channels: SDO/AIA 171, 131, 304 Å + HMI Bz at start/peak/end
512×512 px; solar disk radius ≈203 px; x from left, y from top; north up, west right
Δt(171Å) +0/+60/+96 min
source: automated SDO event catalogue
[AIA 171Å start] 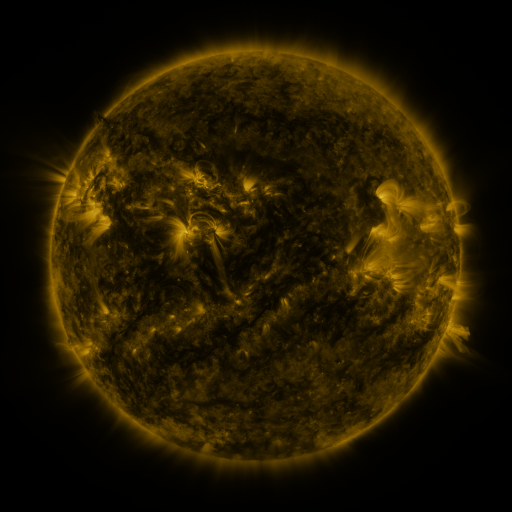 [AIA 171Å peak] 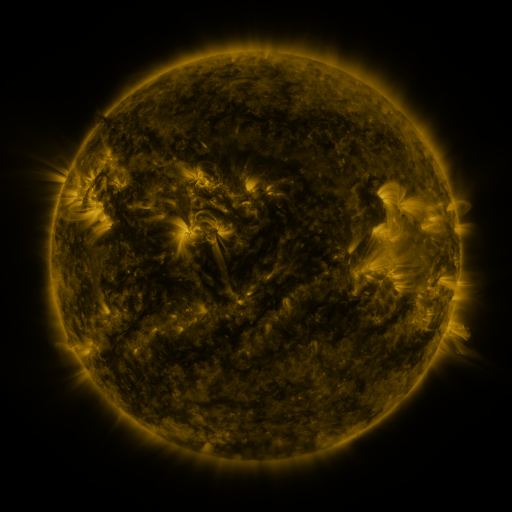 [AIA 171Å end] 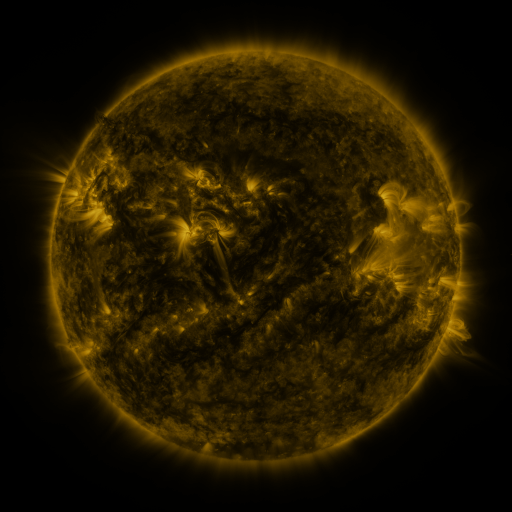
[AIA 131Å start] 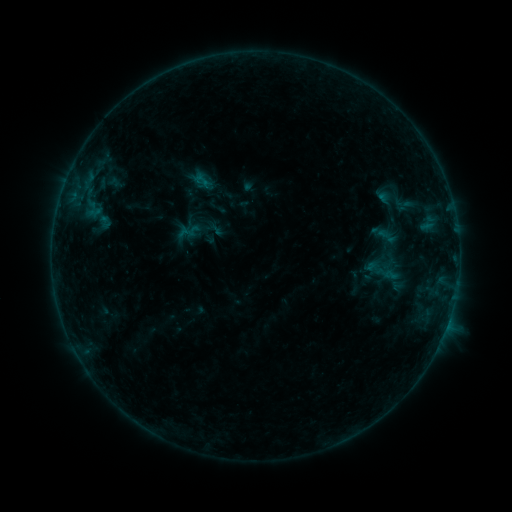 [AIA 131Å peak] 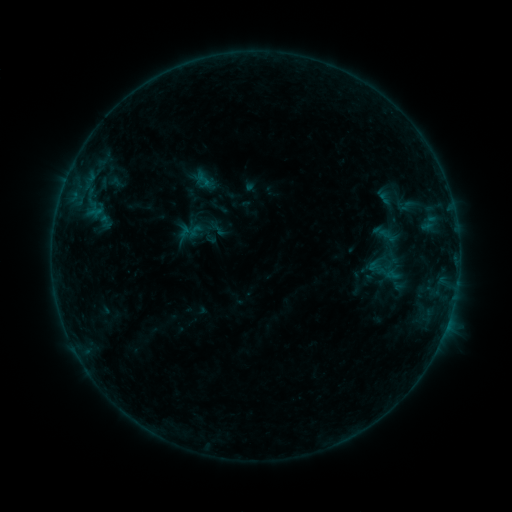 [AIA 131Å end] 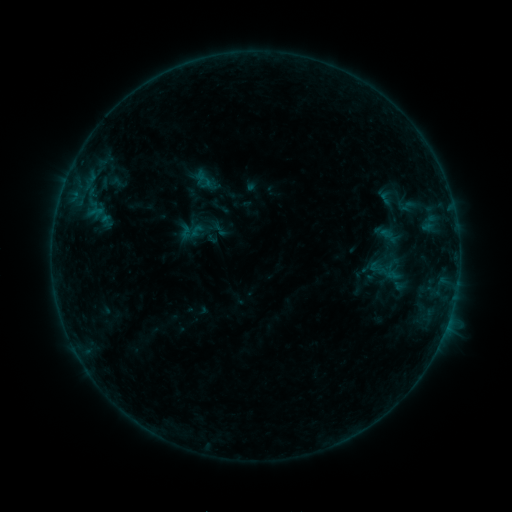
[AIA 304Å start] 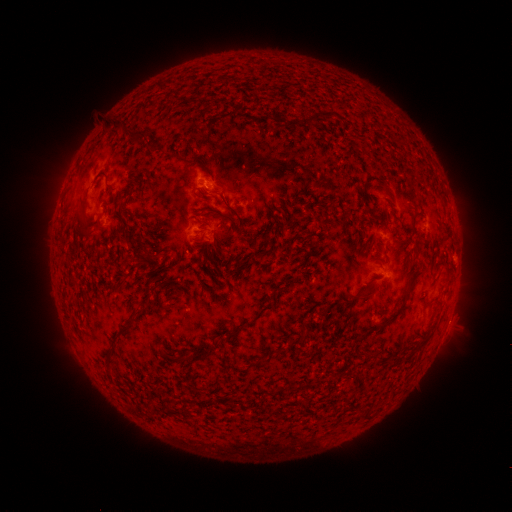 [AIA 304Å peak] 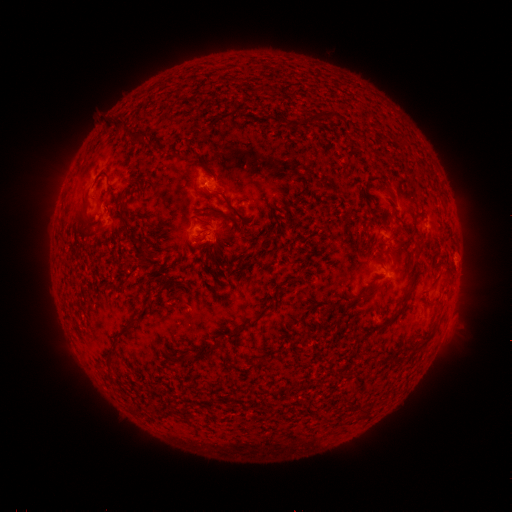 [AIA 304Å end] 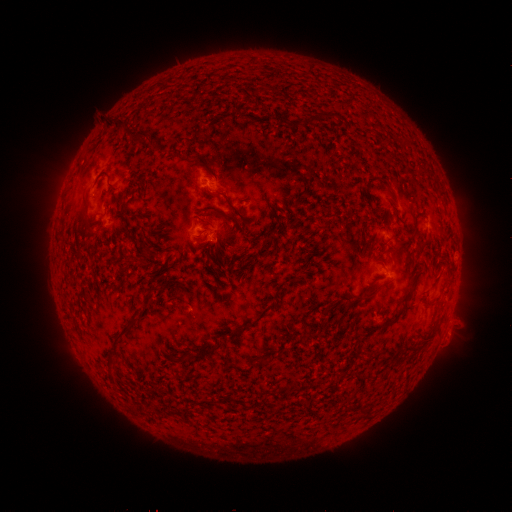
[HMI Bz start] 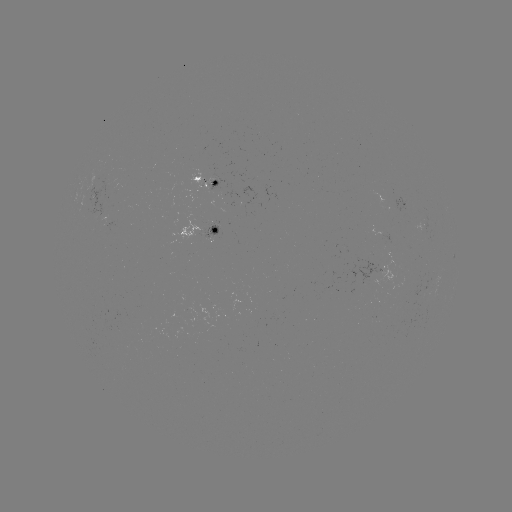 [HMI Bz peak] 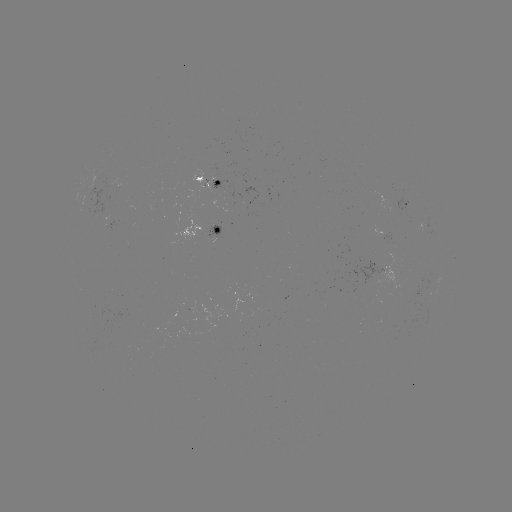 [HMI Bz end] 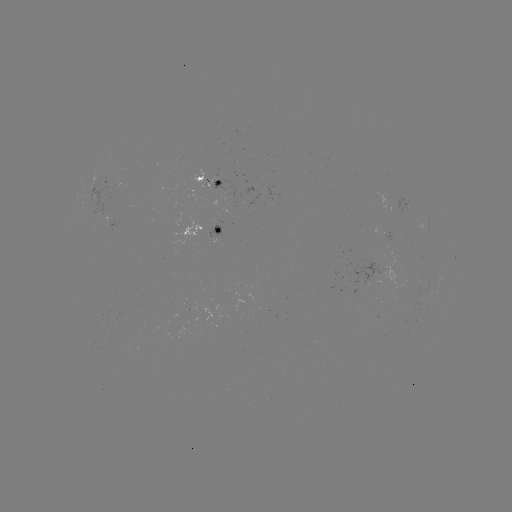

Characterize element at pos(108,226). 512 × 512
emerging-flux region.